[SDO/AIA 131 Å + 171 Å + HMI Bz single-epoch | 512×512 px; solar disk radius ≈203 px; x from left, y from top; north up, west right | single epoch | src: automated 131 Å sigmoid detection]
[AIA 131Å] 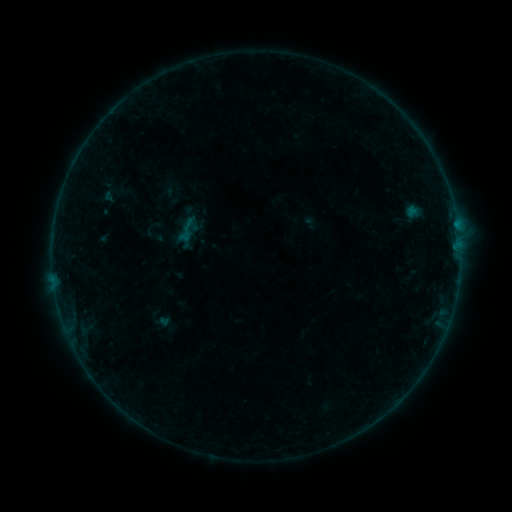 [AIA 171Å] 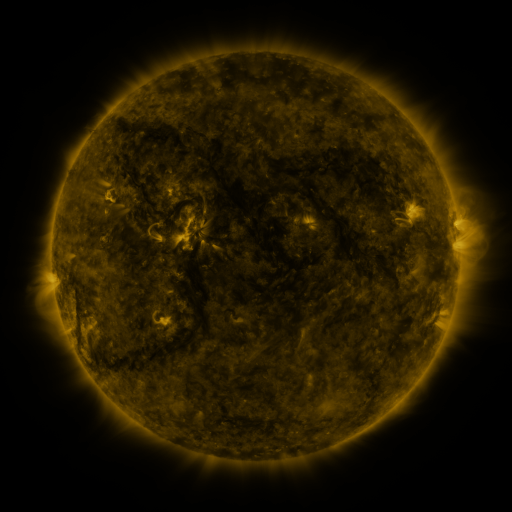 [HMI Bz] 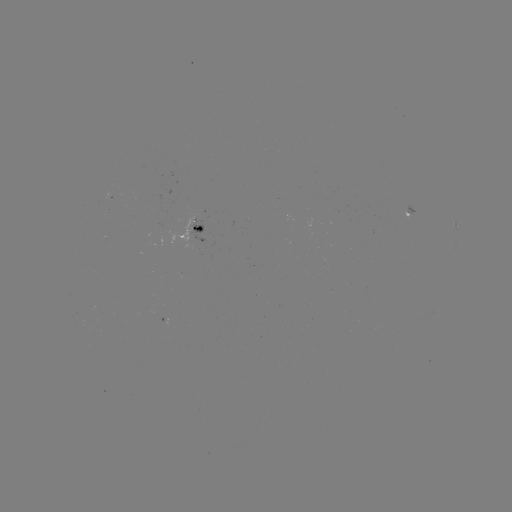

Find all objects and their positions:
sigmoid: [172, 215, 202, 245]
